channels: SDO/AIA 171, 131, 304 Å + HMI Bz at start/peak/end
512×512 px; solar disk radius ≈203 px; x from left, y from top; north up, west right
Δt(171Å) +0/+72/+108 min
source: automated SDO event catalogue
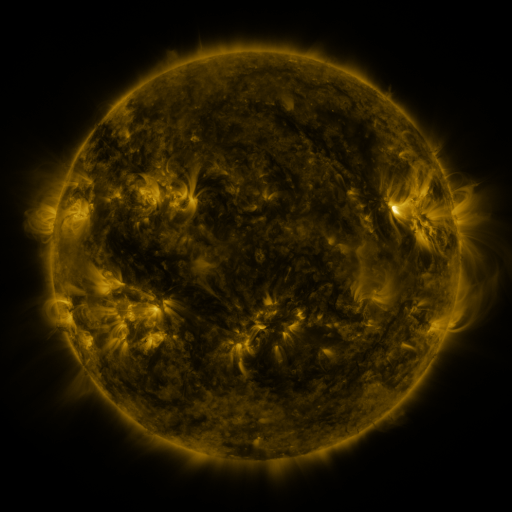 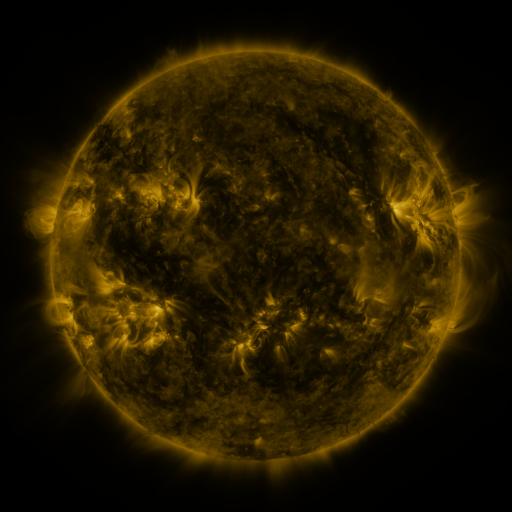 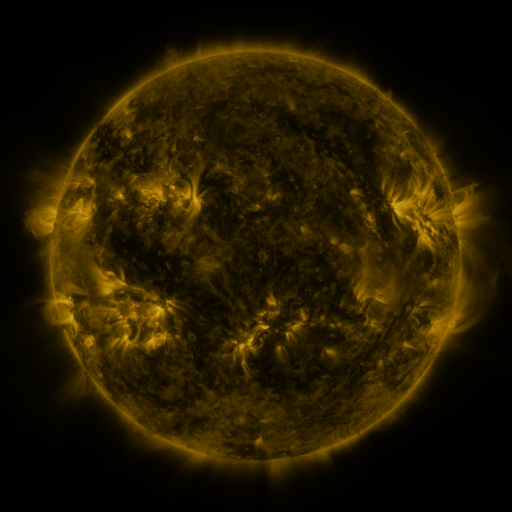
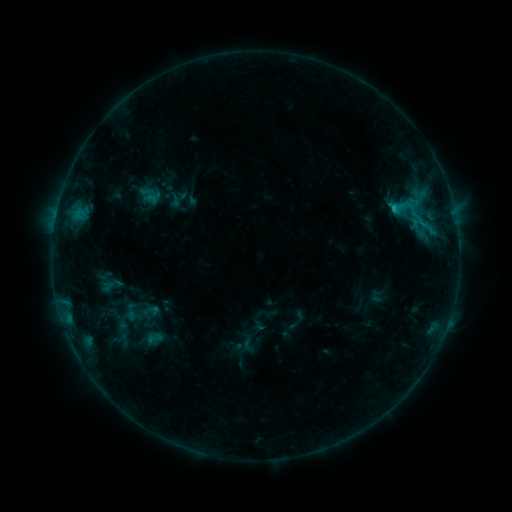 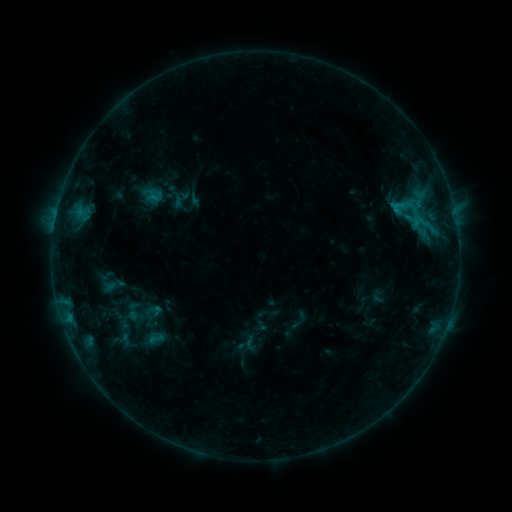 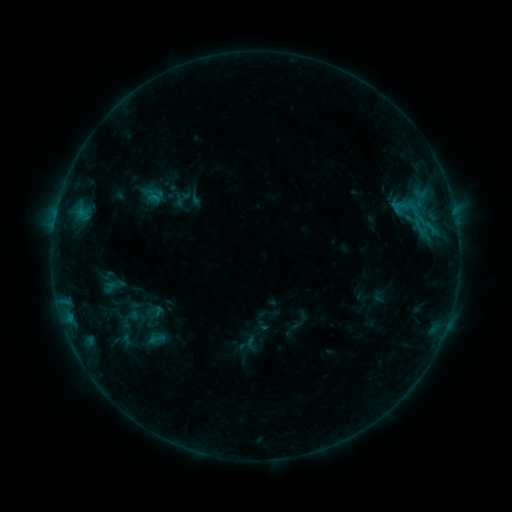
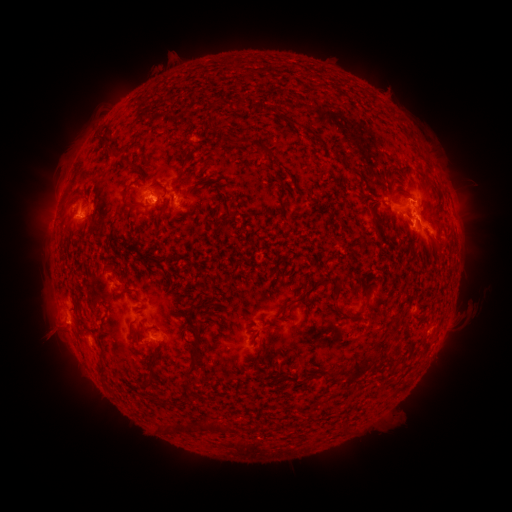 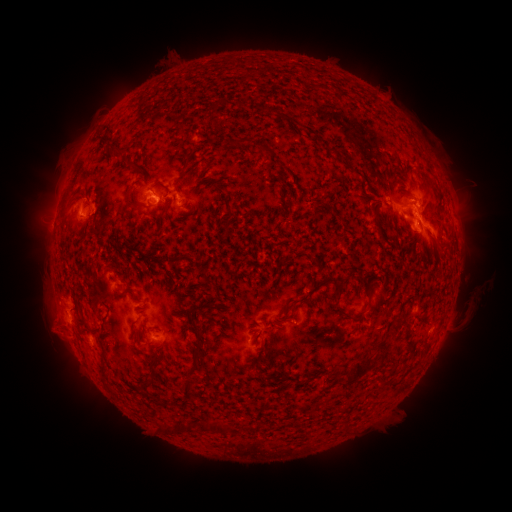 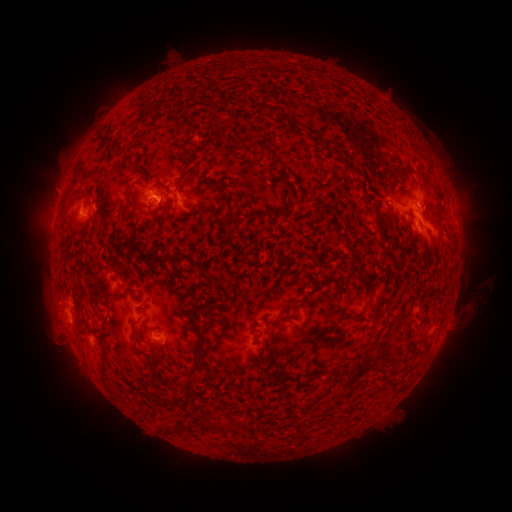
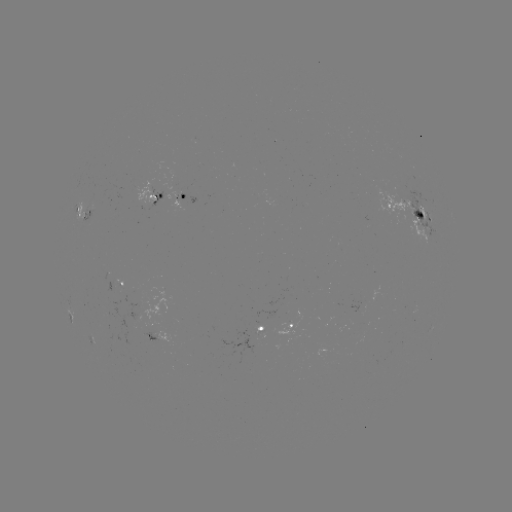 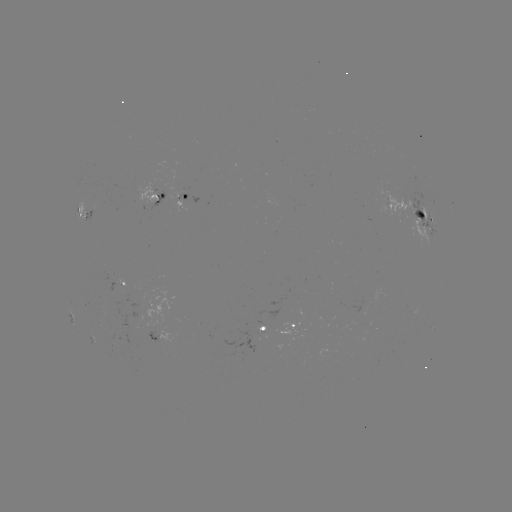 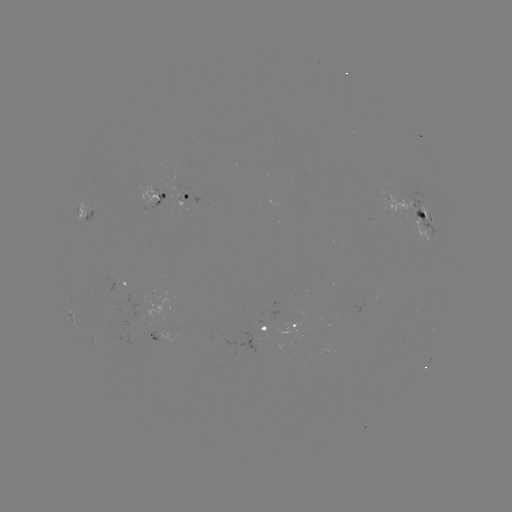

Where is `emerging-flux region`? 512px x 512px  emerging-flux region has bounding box [102, 343, 118, 354].